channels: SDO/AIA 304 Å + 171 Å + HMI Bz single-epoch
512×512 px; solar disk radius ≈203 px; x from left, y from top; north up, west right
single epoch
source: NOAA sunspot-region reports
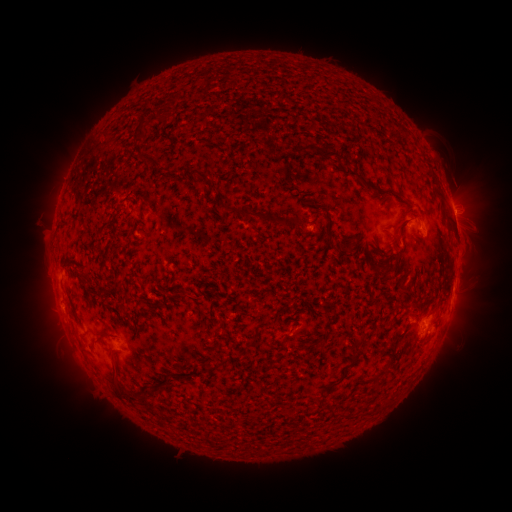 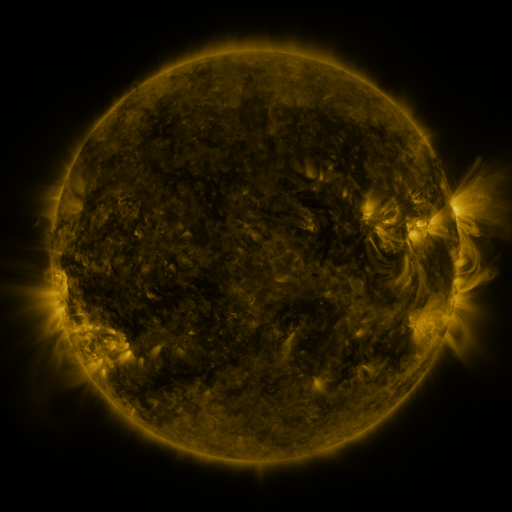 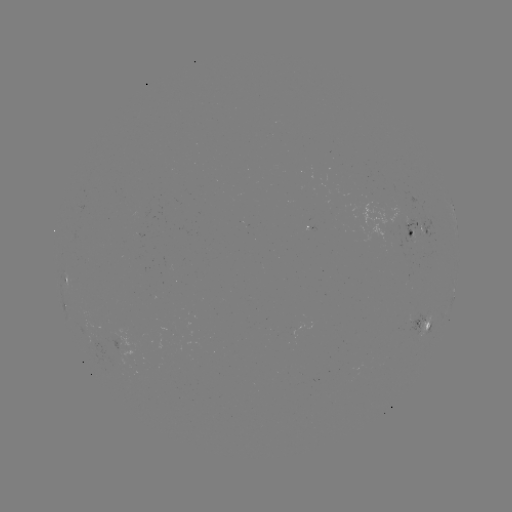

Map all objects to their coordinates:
spotted active region: (453, 208)
spotted active region: (420, 224)
spotted active region: (67, 276)
spotted active region: (455, 287)
spotted active region: (427, 323)
